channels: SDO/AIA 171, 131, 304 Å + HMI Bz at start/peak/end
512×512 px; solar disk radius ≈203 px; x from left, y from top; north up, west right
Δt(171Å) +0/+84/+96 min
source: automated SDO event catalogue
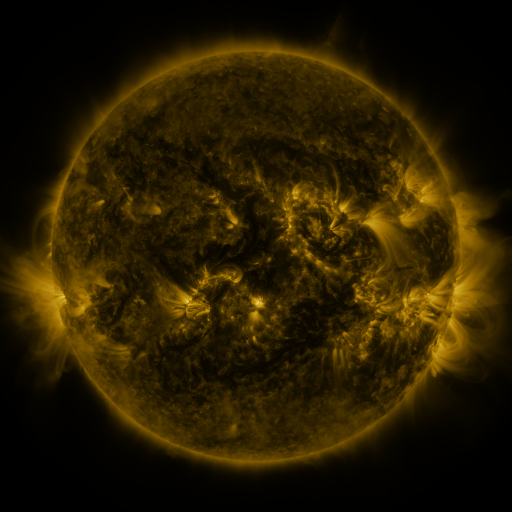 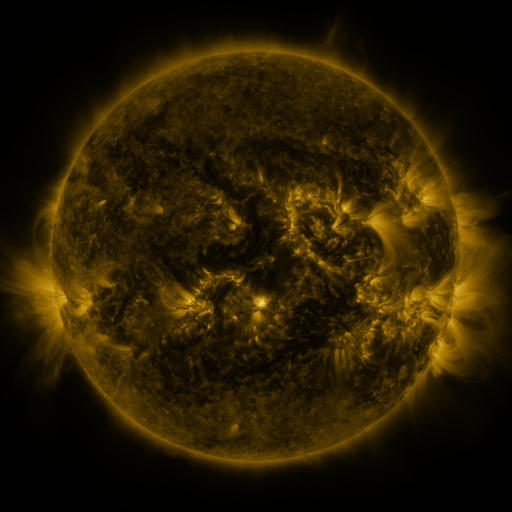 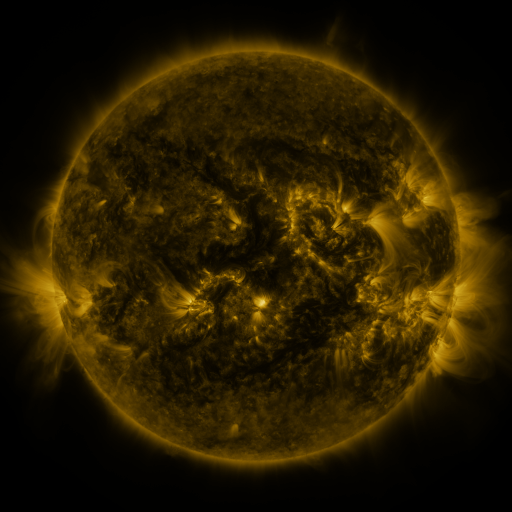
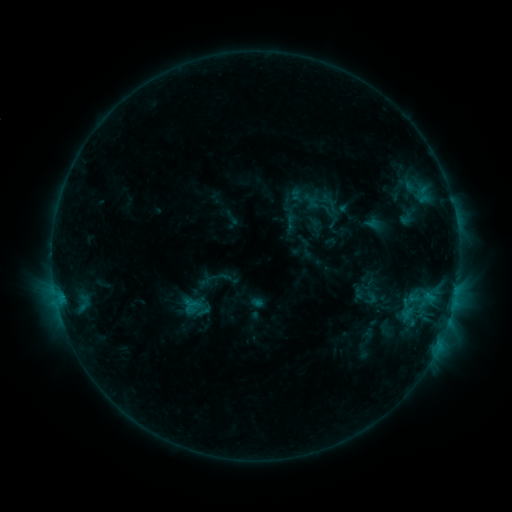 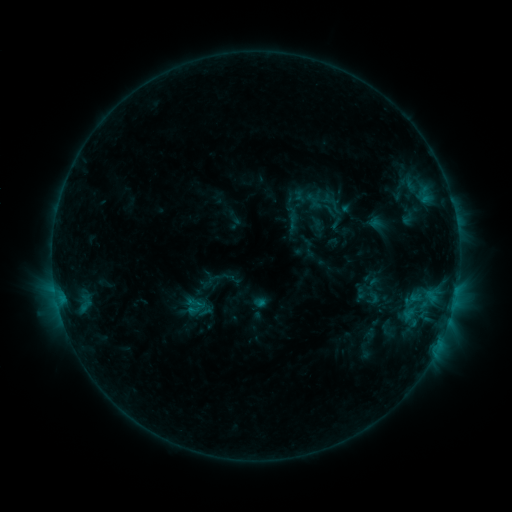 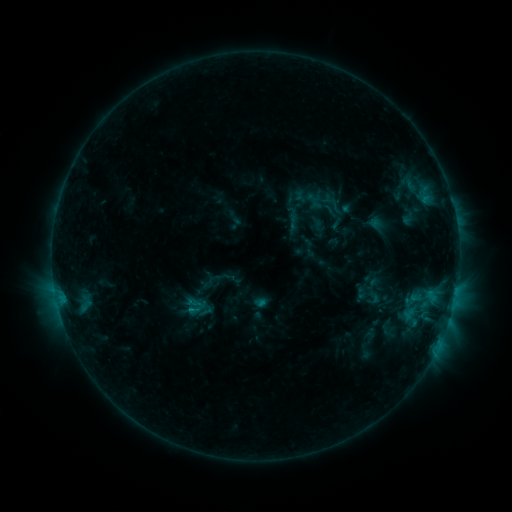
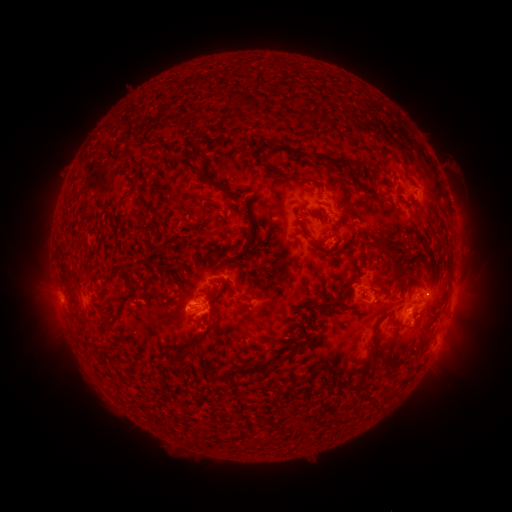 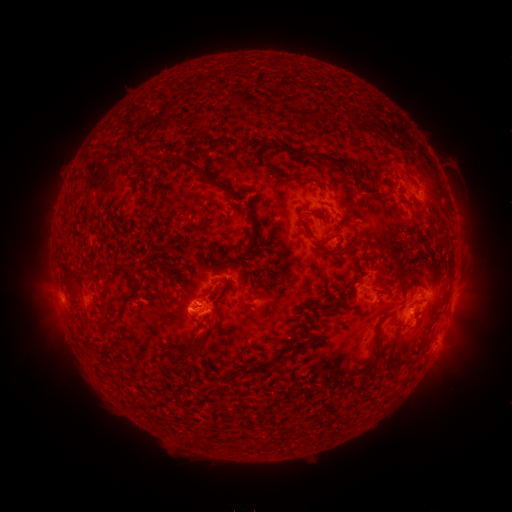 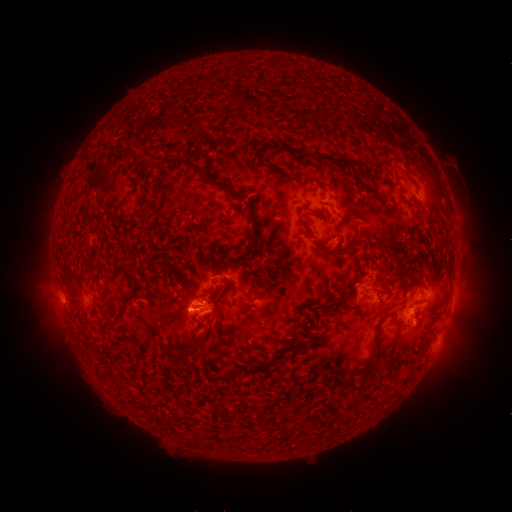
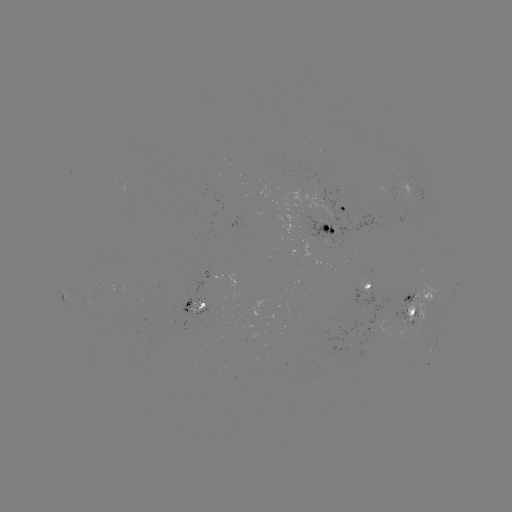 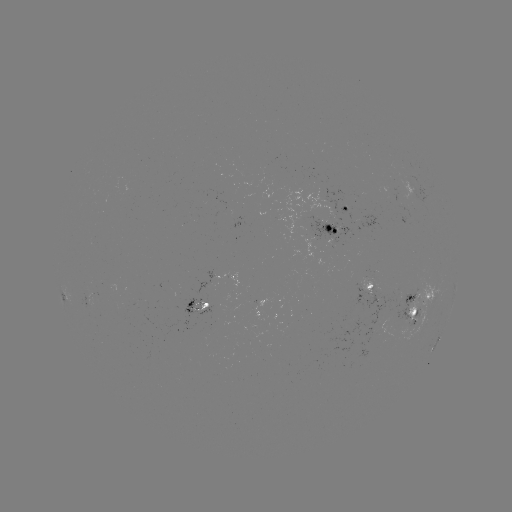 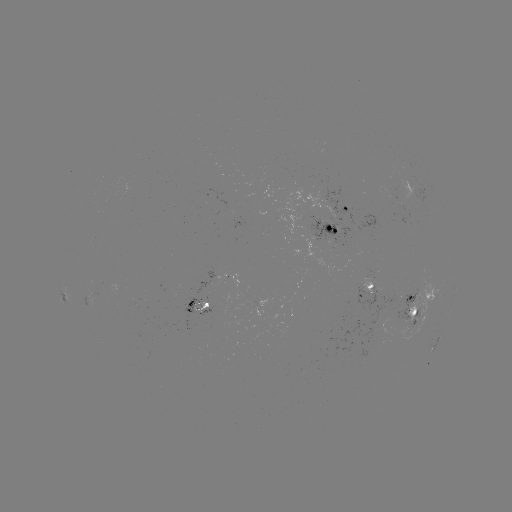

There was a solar emerging-flux region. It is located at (88, 298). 